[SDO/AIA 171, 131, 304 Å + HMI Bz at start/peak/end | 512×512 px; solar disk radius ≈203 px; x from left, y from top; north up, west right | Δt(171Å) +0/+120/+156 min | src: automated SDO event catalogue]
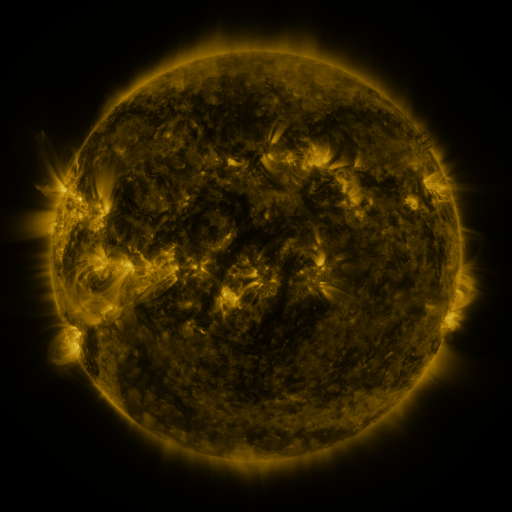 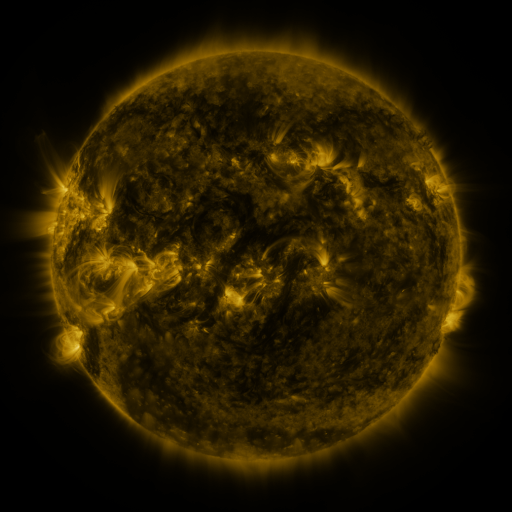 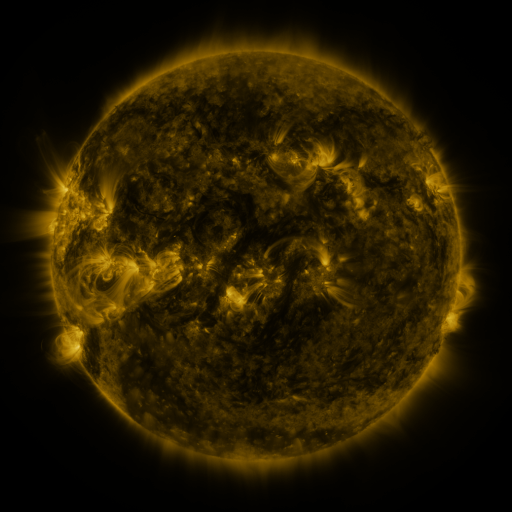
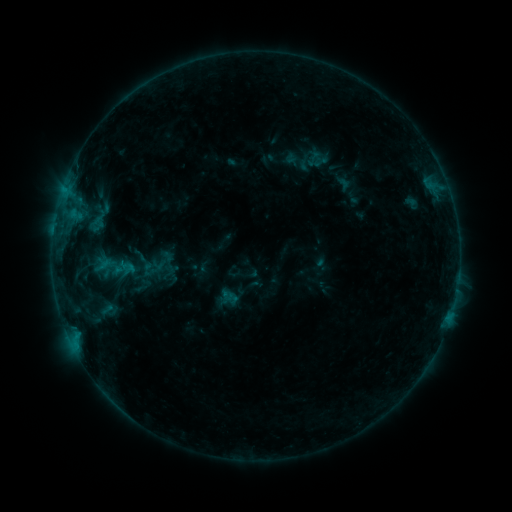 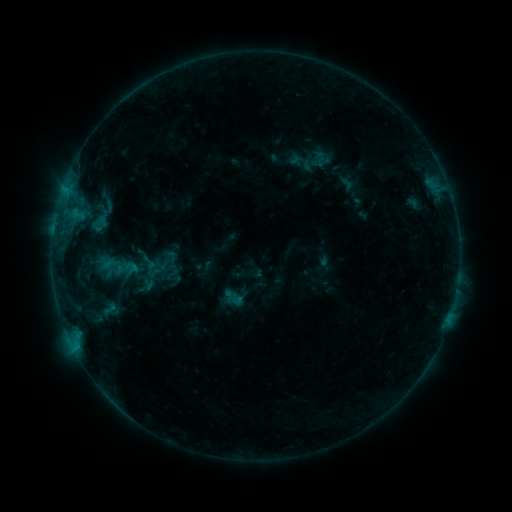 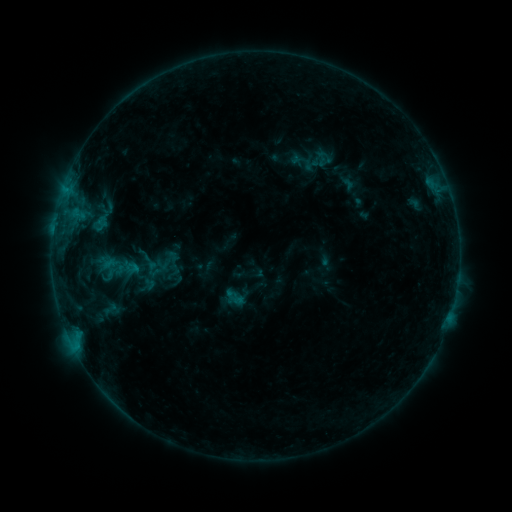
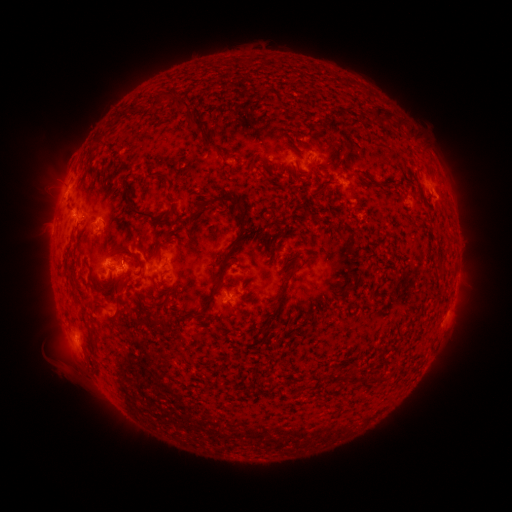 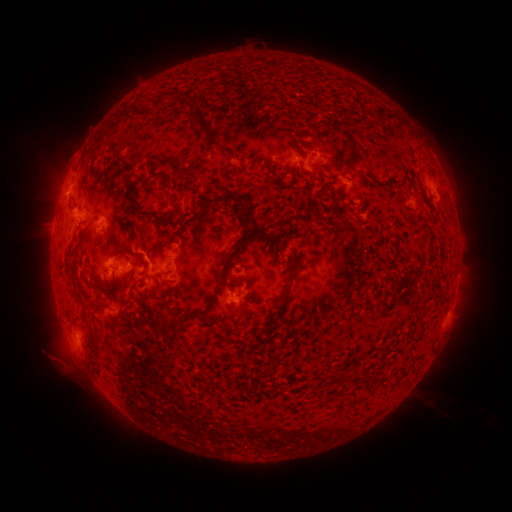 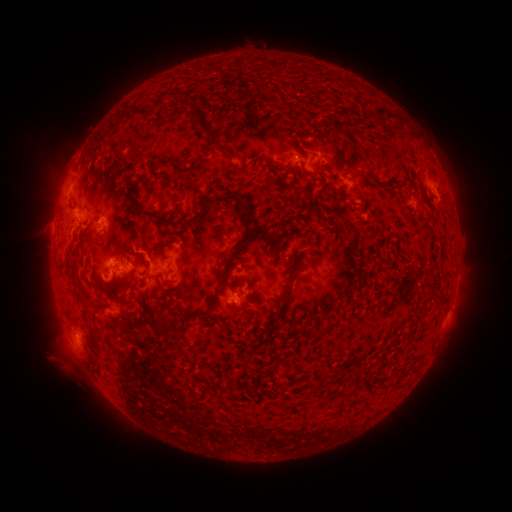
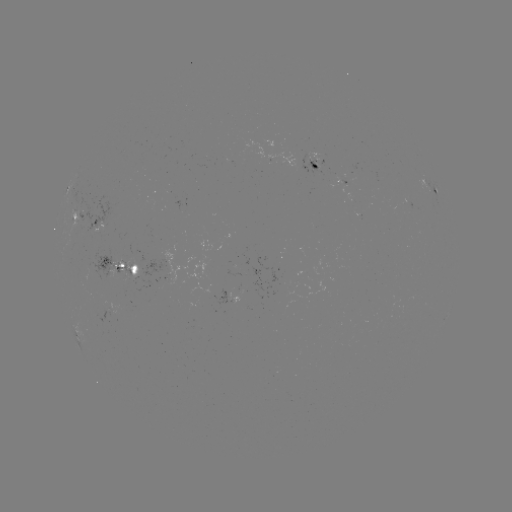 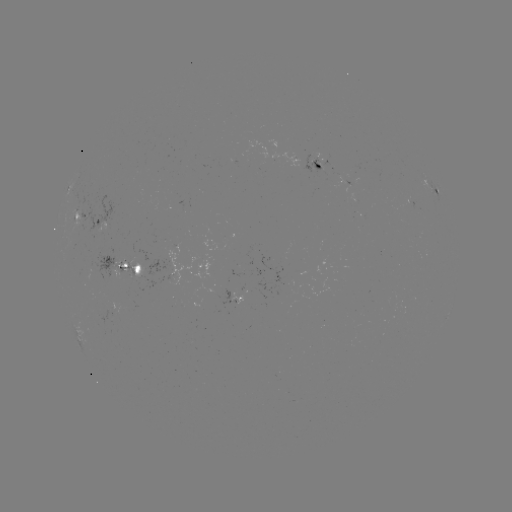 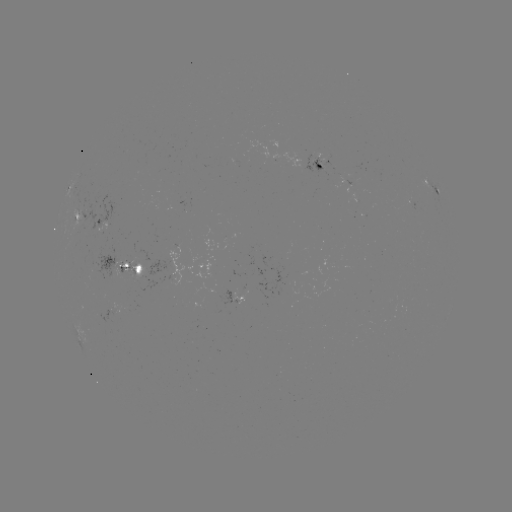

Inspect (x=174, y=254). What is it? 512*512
emerging-flux region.